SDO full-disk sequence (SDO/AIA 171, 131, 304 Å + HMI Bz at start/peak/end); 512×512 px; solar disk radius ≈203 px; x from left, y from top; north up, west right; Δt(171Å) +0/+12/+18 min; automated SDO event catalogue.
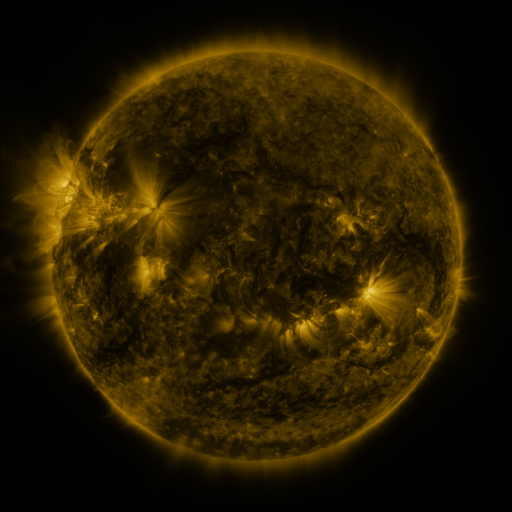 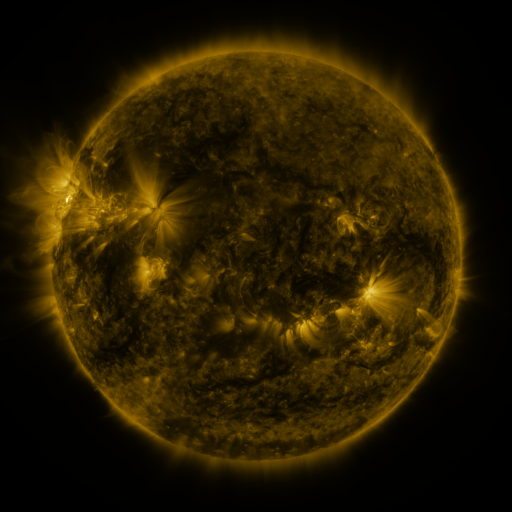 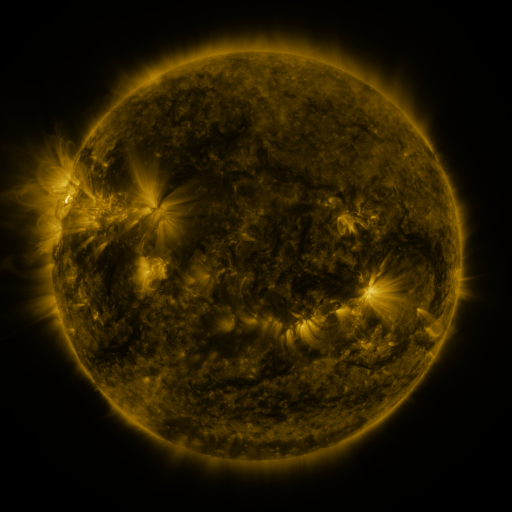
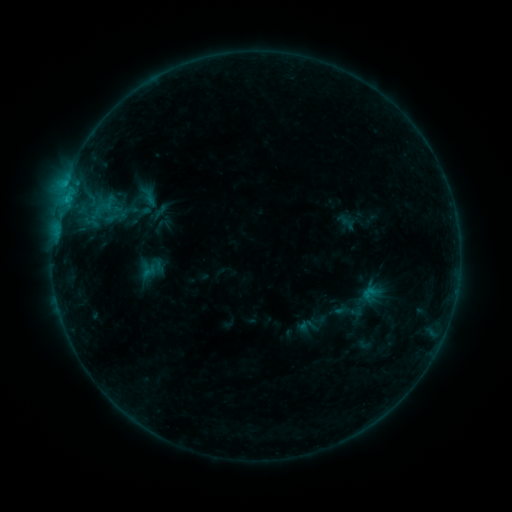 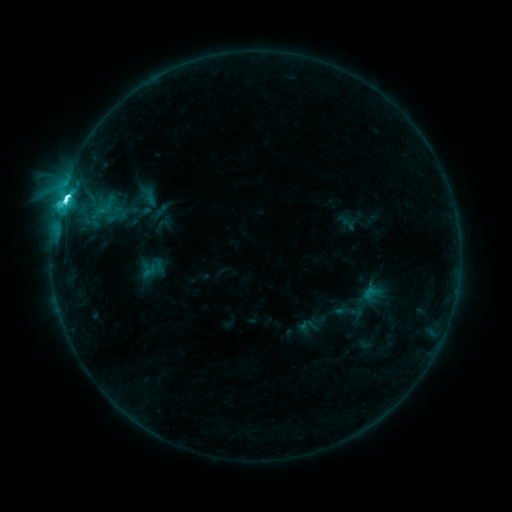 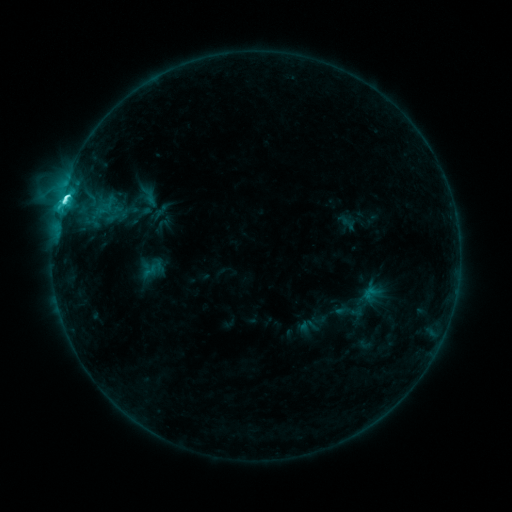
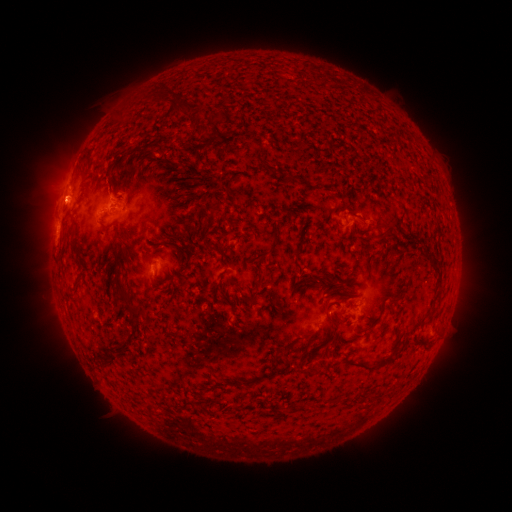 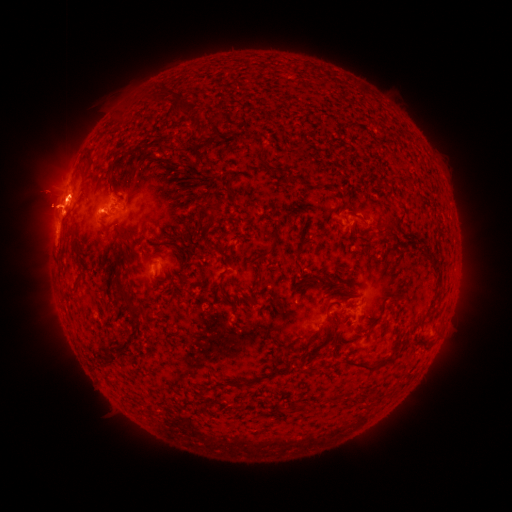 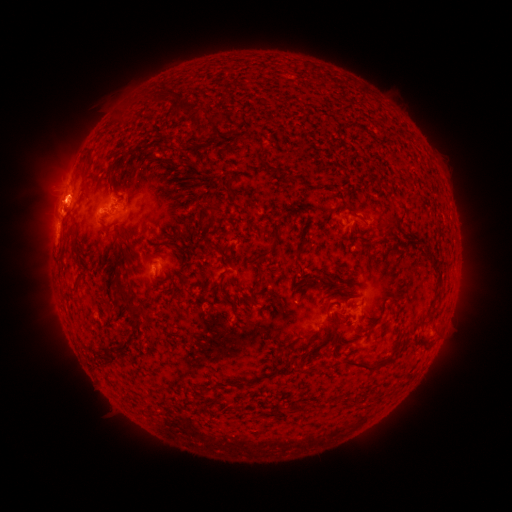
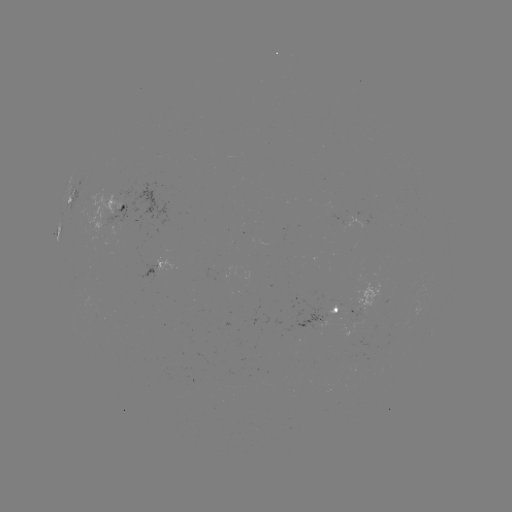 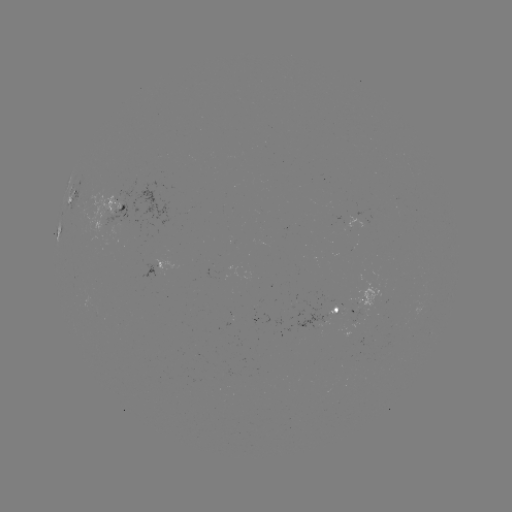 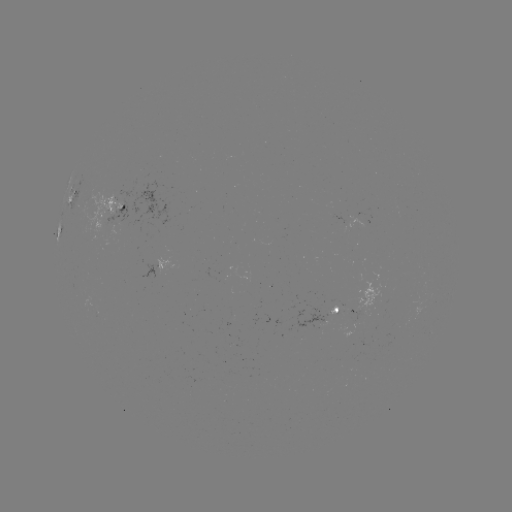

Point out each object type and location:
C8.1 flare: (66, 203)
